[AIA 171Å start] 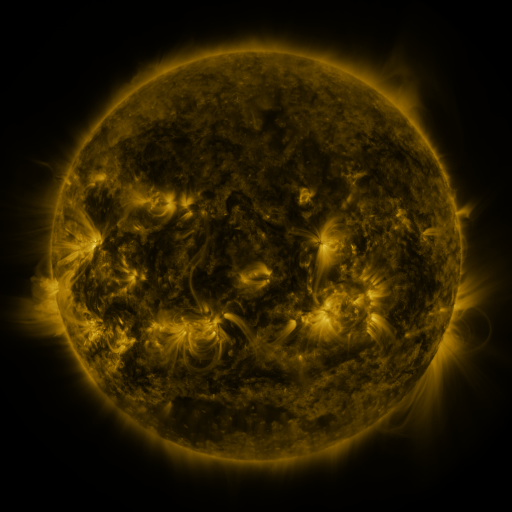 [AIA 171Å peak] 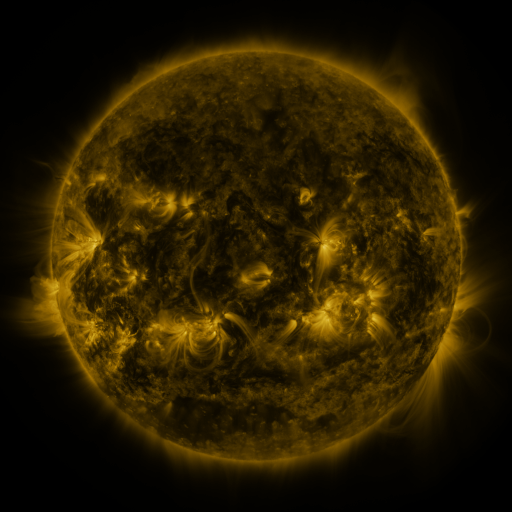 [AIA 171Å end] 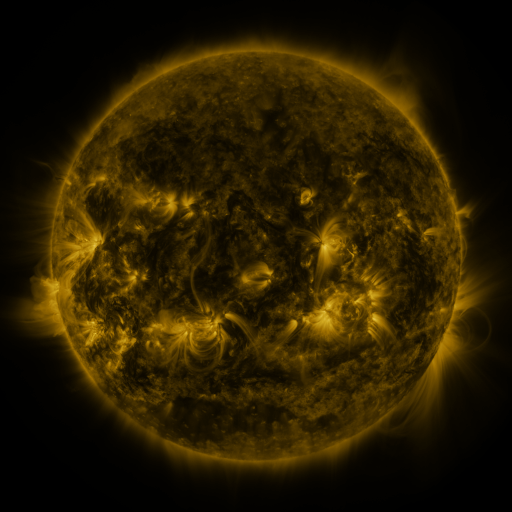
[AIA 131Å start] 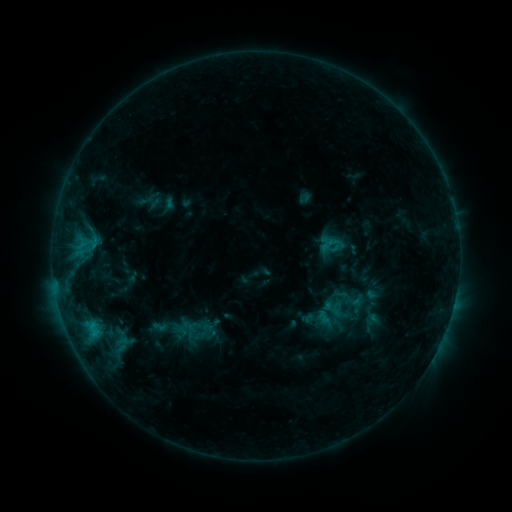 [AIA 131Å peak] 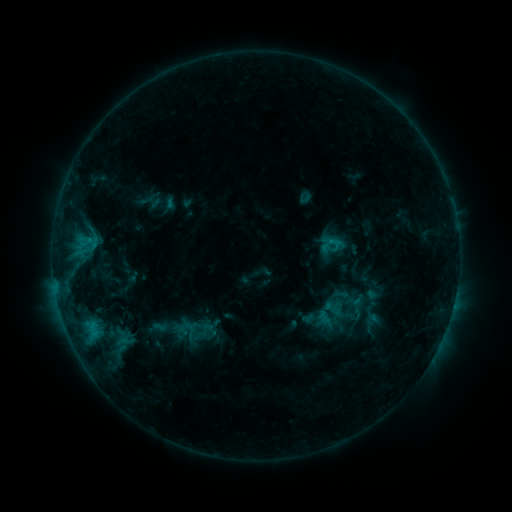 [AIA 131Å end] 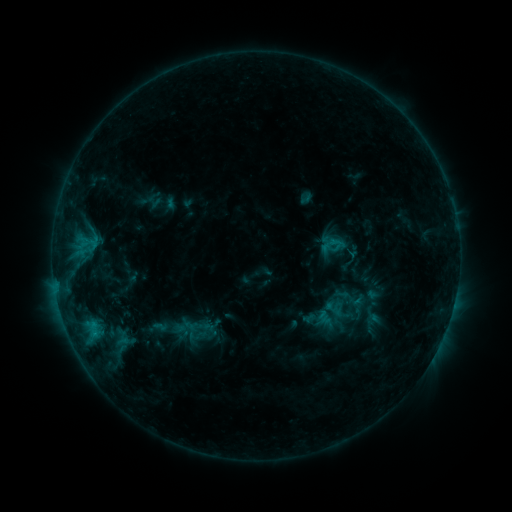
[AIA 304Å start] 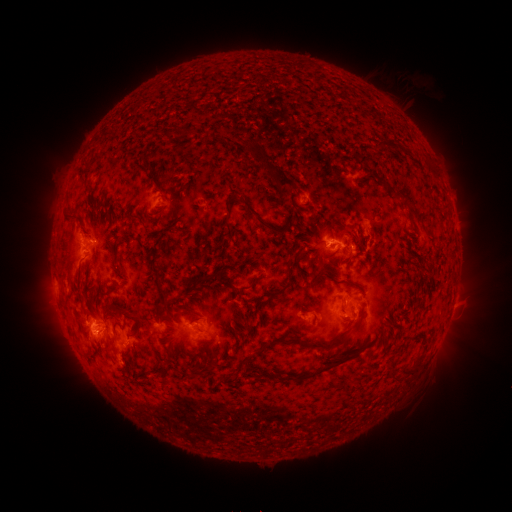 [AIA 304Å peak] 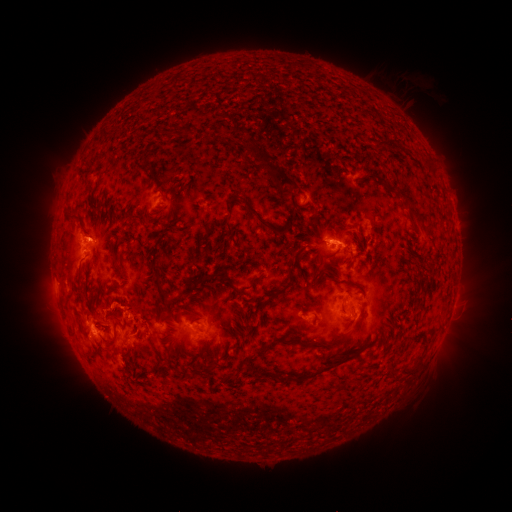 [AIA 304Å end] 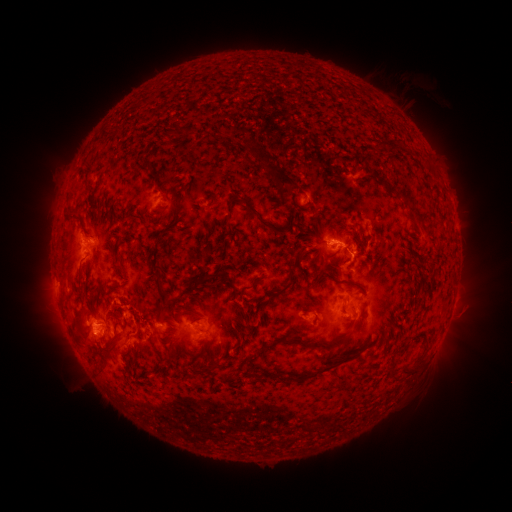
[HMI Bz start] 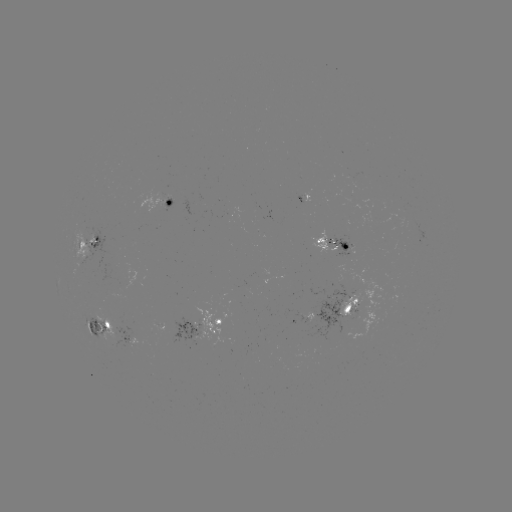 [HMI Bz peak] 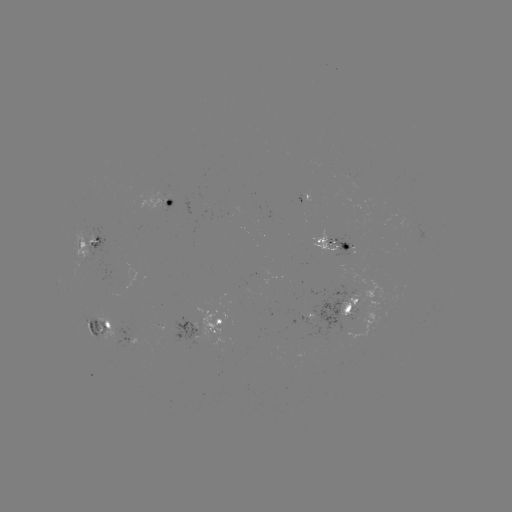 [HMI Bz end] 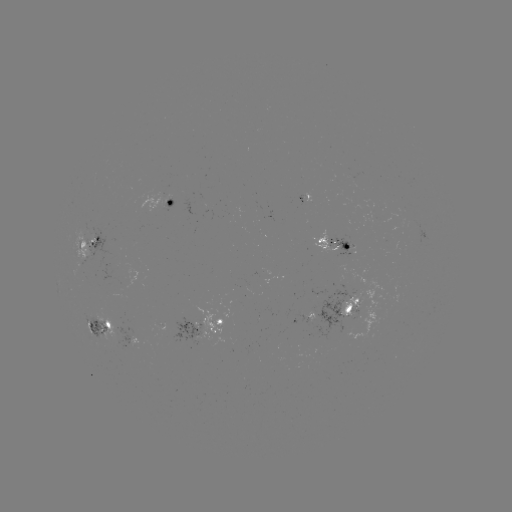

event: eruption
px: (104, 332)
